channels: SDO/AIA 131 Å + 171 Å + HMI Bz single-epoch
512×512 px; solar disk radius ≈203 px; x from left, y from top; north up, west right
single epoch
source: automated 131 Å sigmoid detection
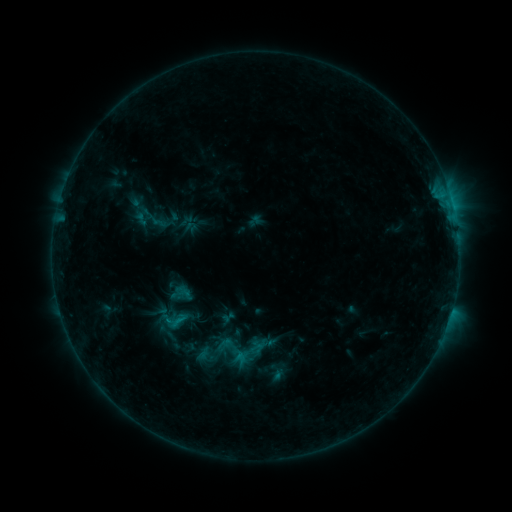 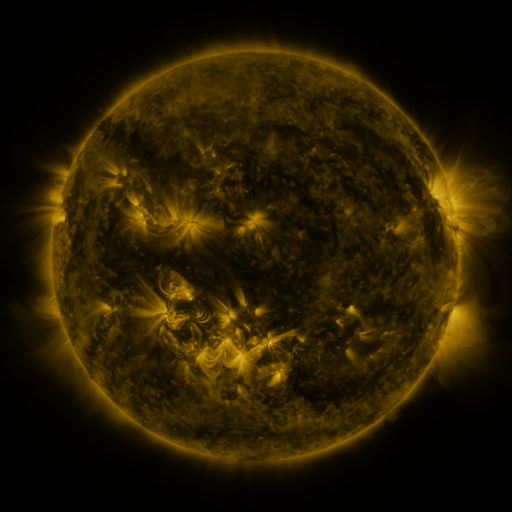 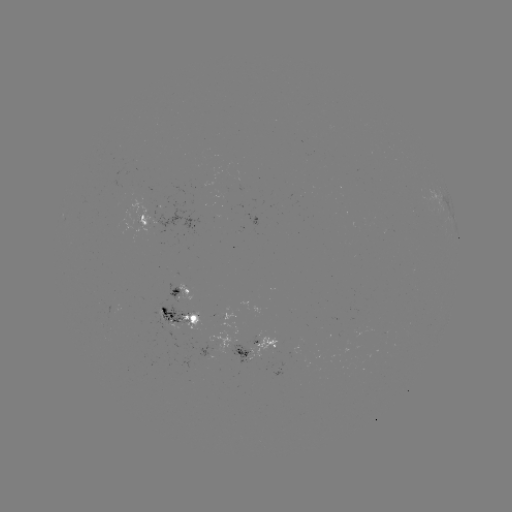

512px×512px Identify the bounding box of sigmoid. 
[158, 307, 193, 335].